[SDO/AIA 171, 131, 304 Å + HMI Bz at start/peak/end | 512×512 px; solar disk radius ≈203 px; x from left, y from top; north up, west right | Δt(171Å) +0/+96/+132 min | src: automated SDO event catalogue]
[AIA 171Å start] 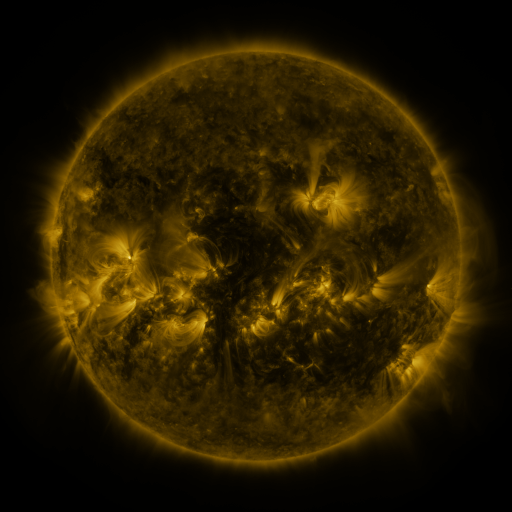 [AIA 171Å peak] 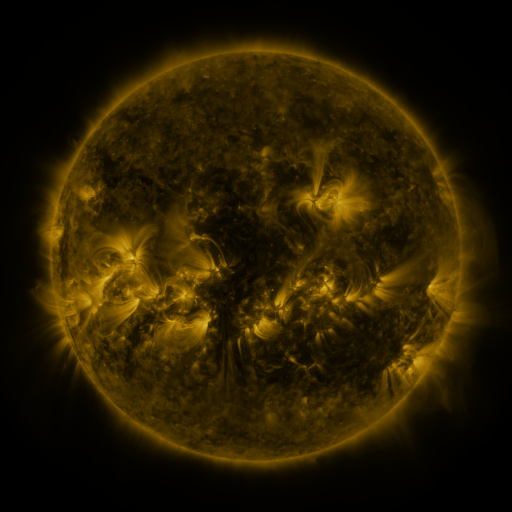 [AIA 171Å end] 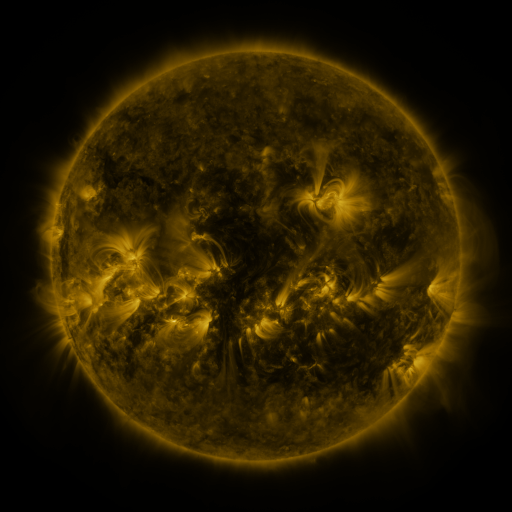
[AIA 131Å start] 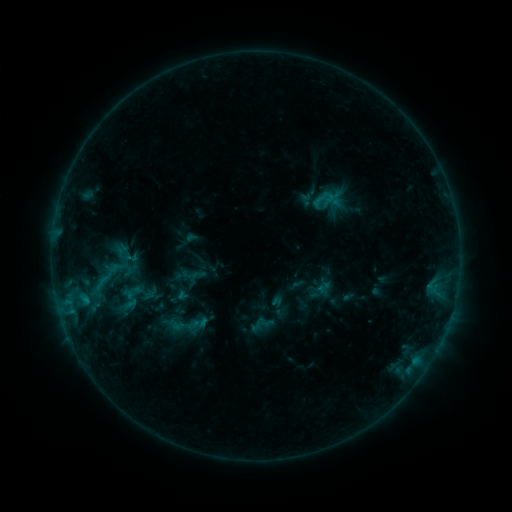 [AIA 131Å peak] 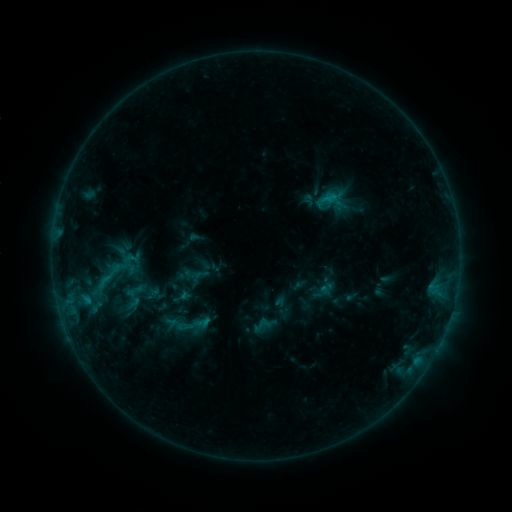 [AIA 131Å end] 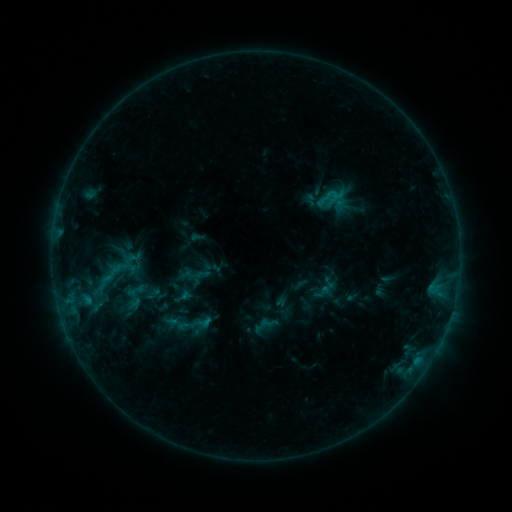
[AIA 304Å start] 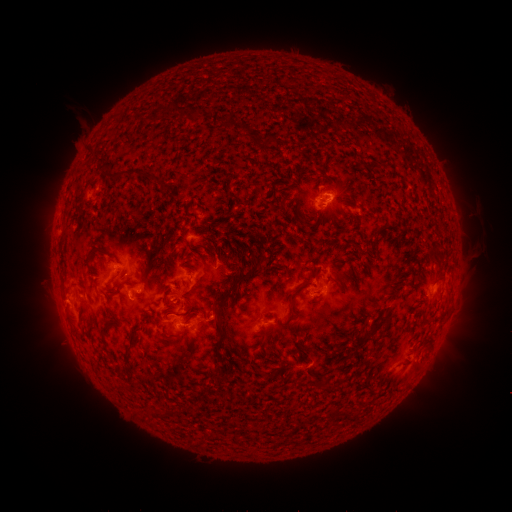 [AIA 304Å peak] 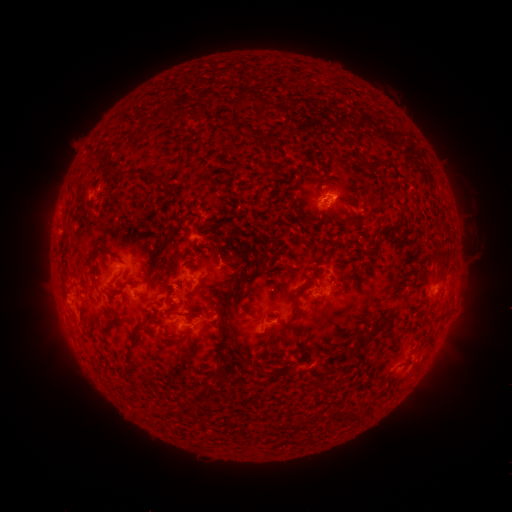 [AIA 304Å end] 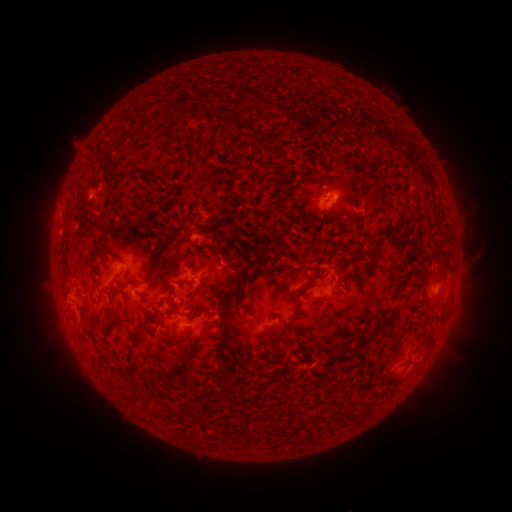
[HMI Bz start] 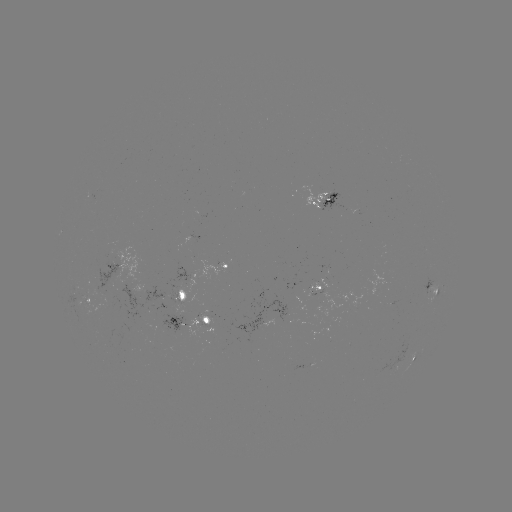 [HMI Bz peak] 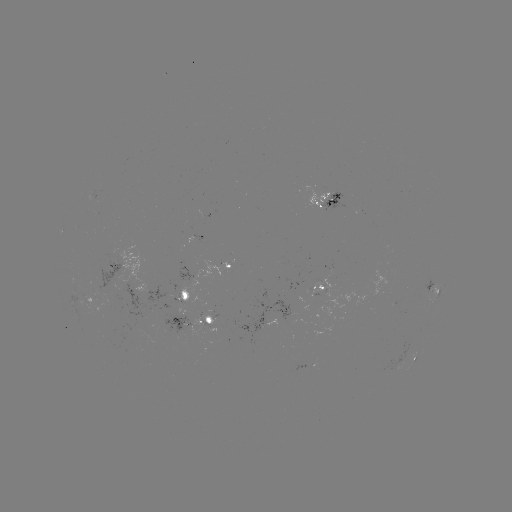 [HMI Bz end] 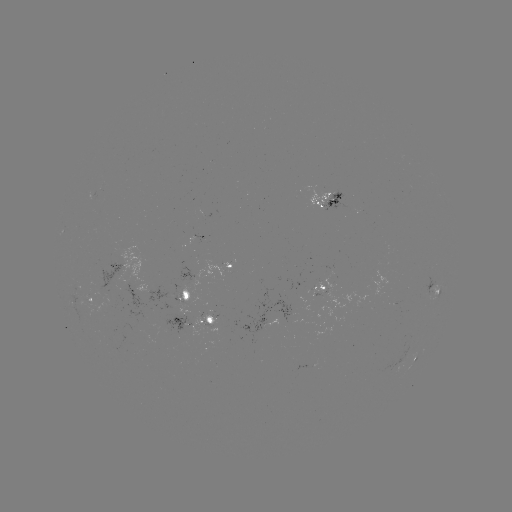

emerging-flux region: [184, 314, 217, 338]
